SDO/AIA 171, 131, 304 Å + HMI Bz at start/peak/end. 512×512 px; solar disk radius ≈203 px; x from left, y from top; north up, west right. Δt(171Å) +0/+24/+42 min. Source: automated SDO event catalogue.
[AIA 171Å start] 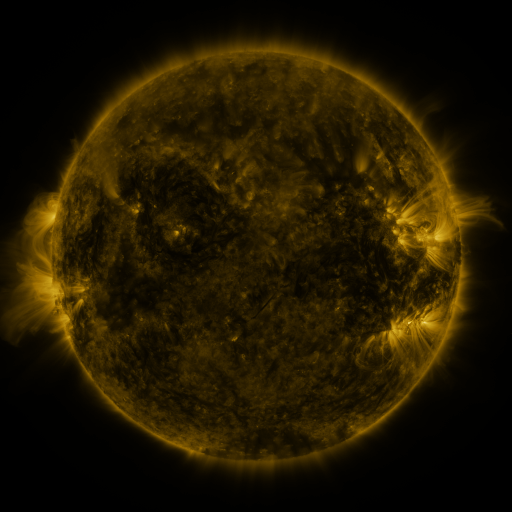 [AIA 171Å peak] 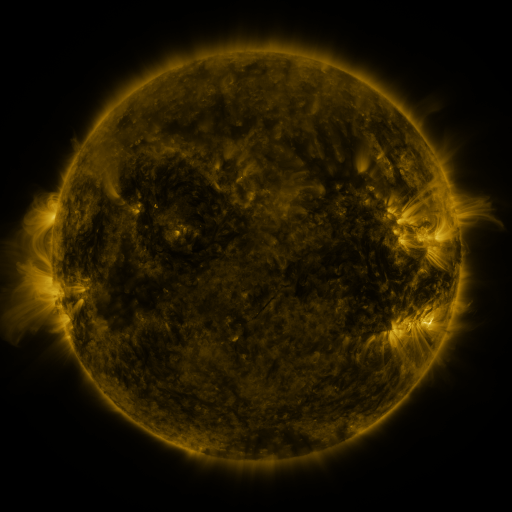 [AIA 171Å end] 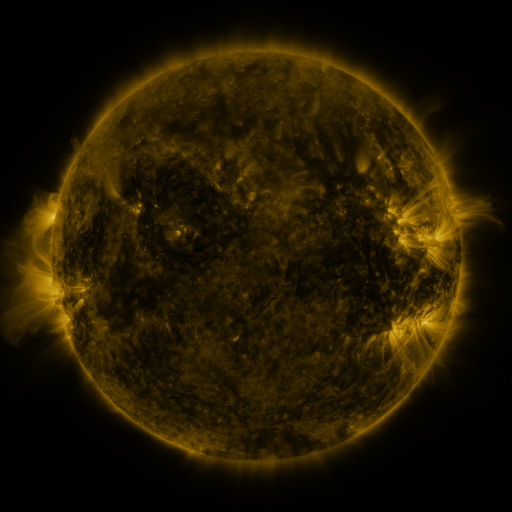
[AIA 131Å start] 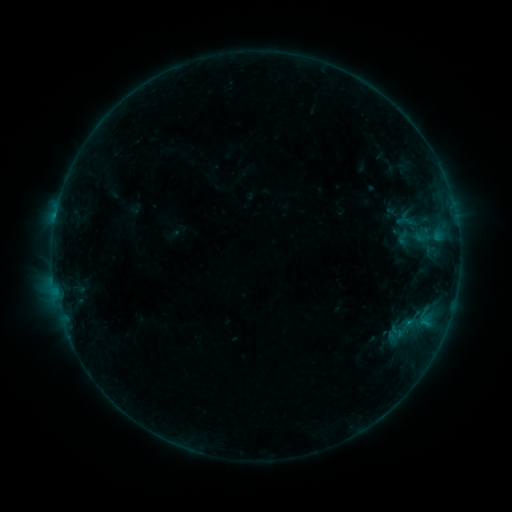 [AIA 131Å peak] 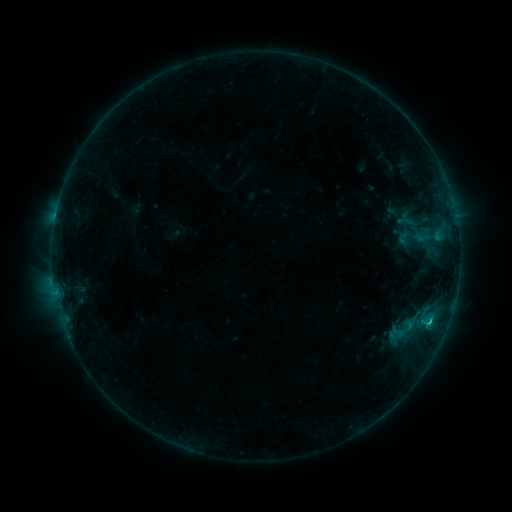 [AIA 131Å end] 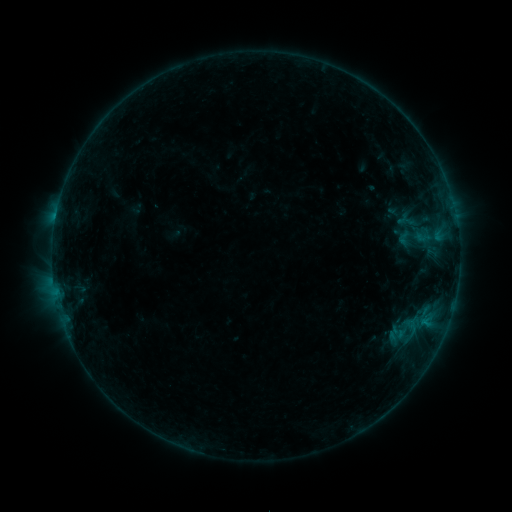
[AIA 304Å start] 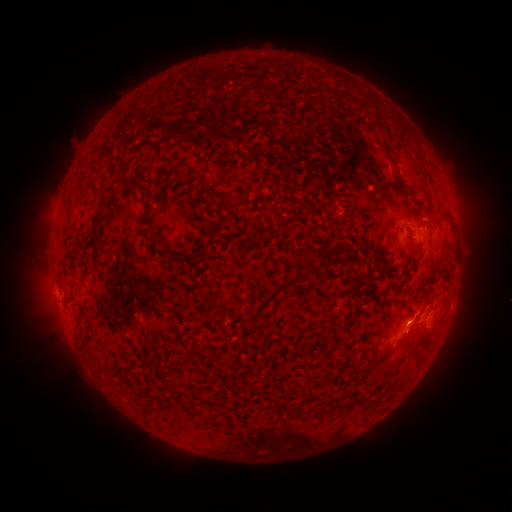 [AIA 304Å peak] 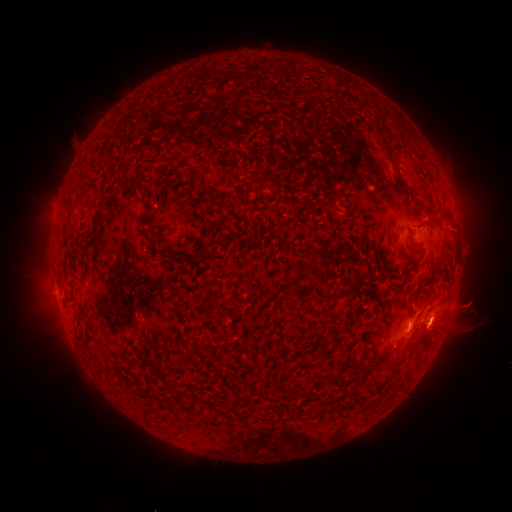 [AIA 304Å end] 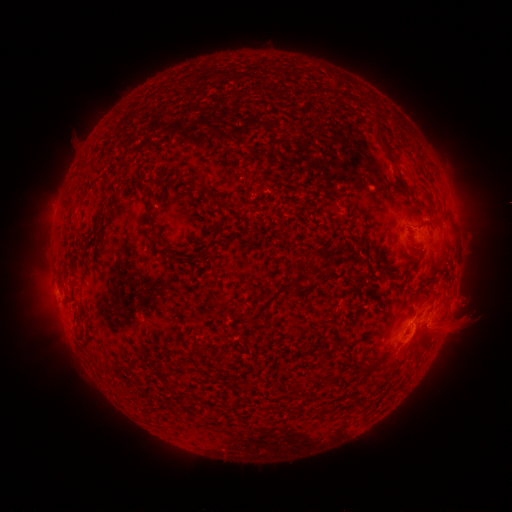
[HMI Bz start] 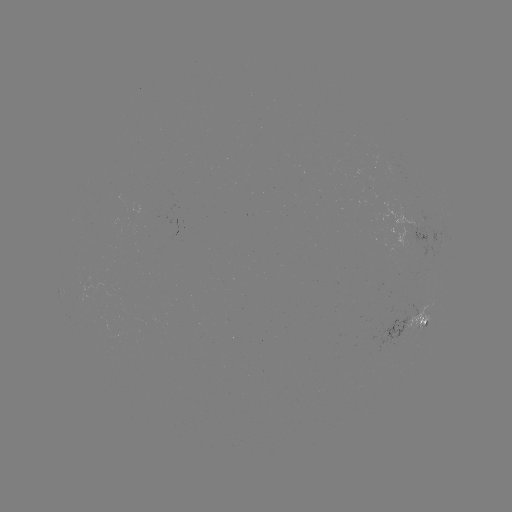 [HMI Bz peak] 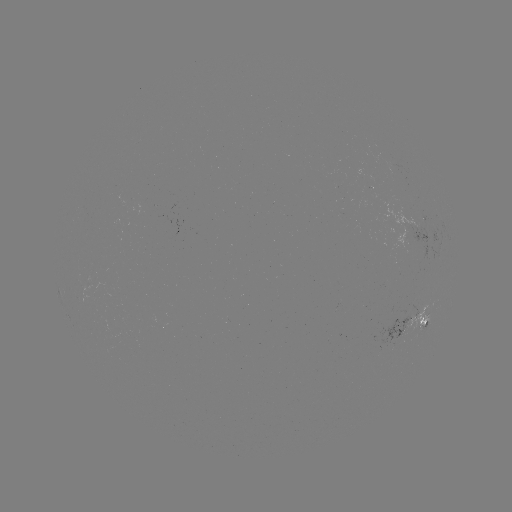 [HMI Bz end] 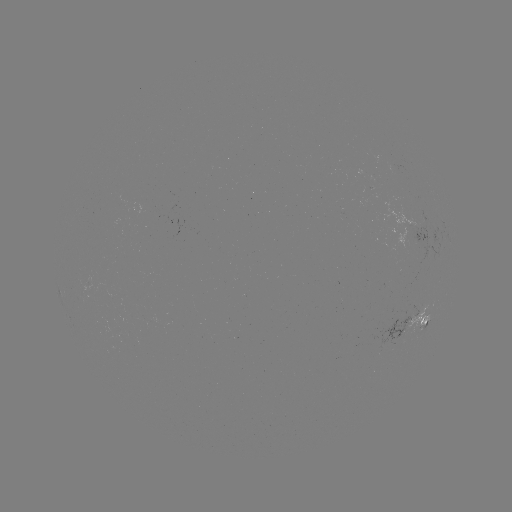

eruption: <bbox>391, 274, 495, 377</bbox>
